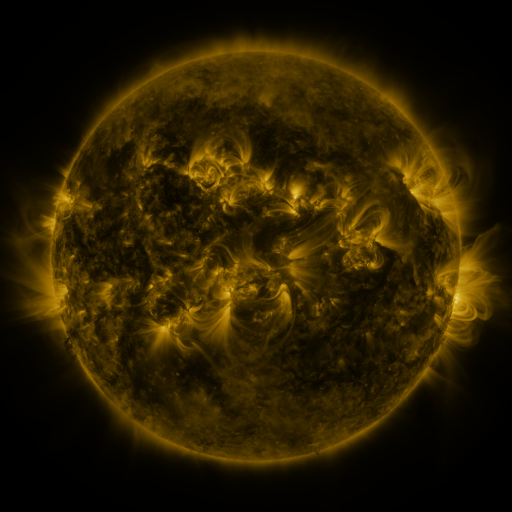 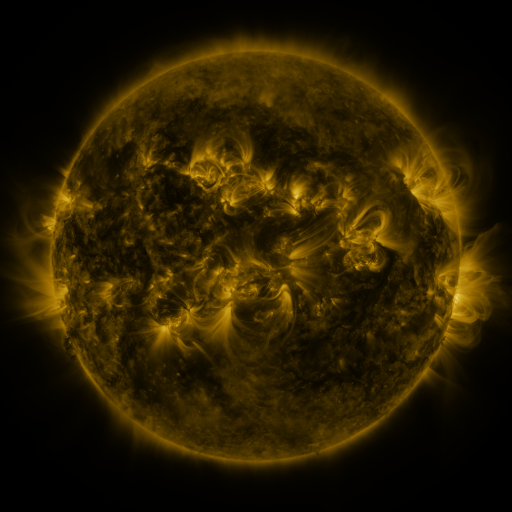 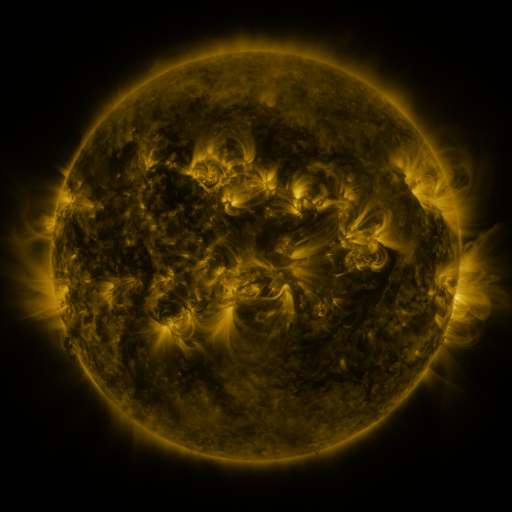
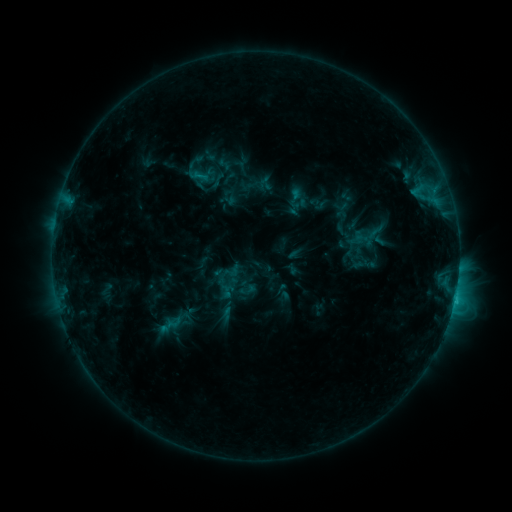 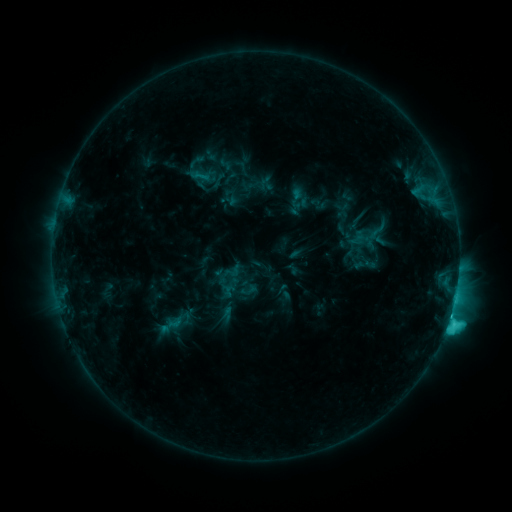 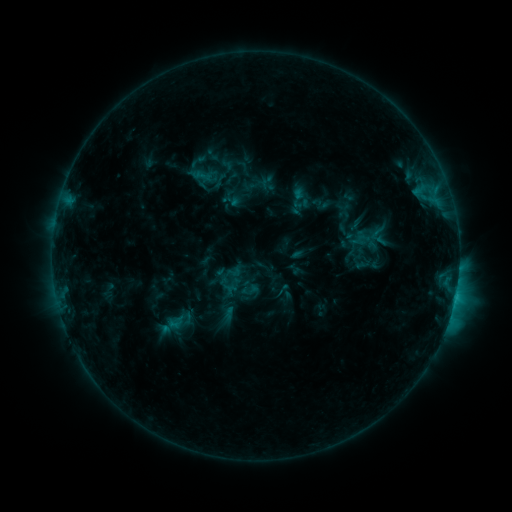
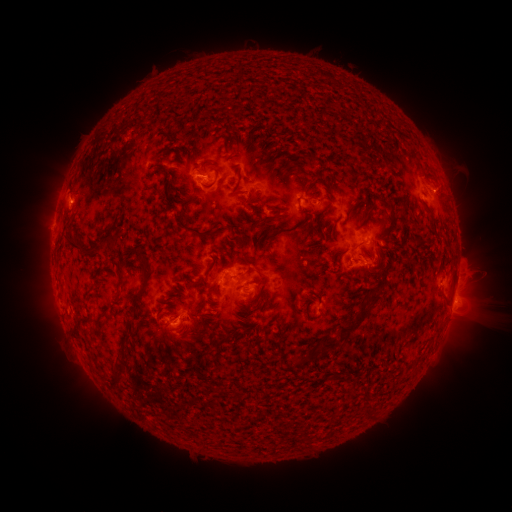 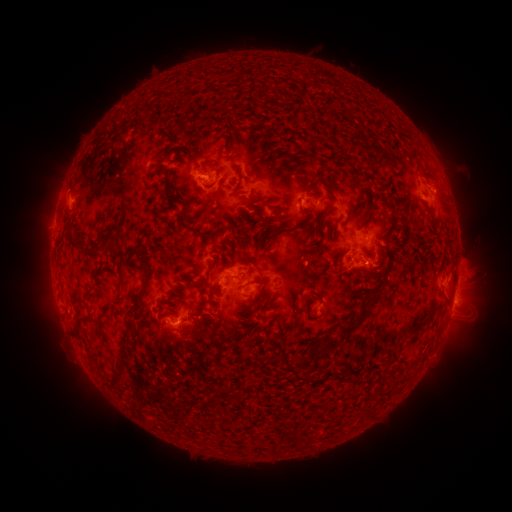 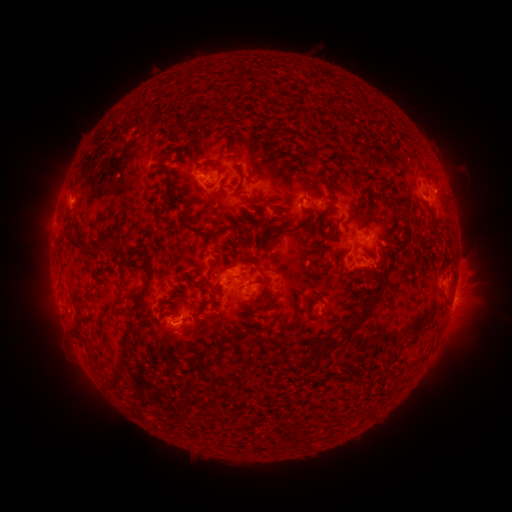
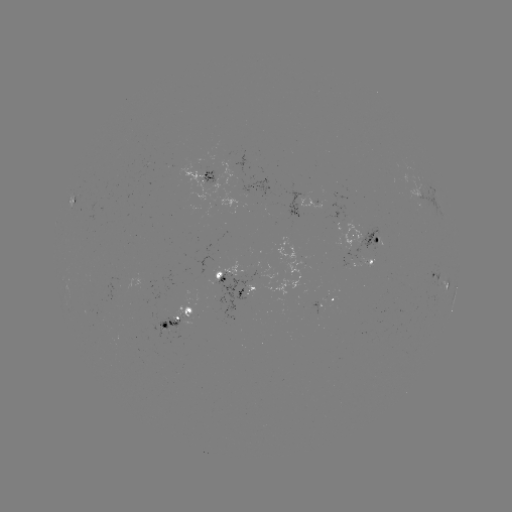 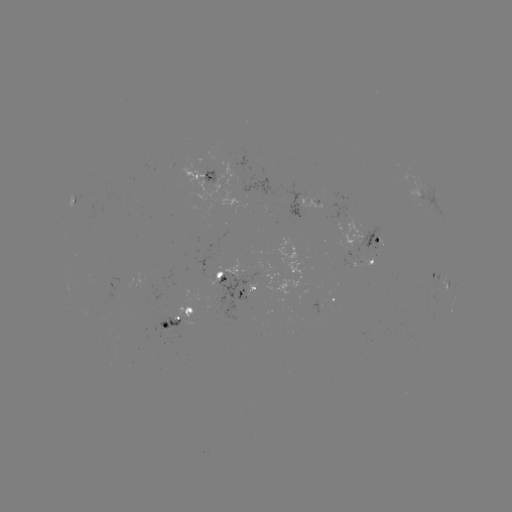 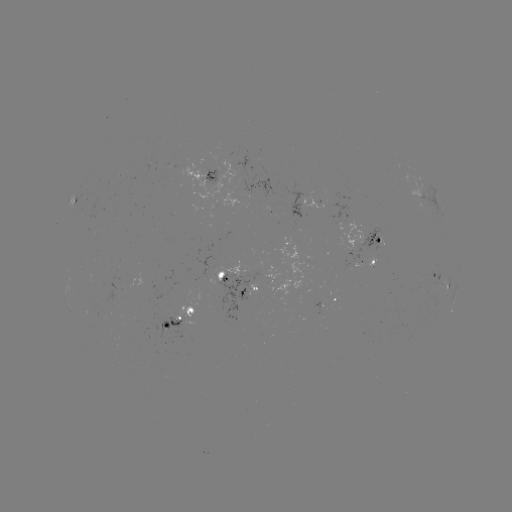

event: flare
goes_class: C3.7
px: (447, 320)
